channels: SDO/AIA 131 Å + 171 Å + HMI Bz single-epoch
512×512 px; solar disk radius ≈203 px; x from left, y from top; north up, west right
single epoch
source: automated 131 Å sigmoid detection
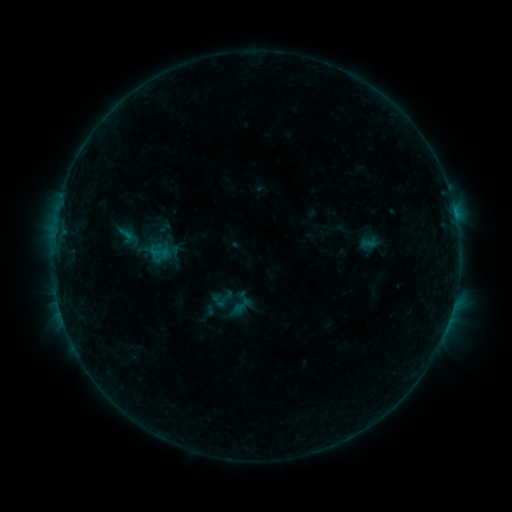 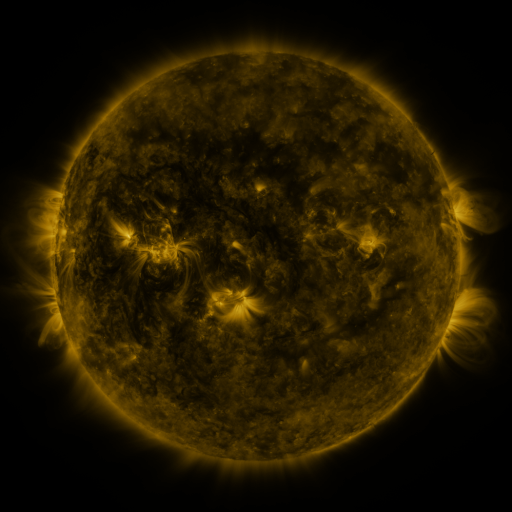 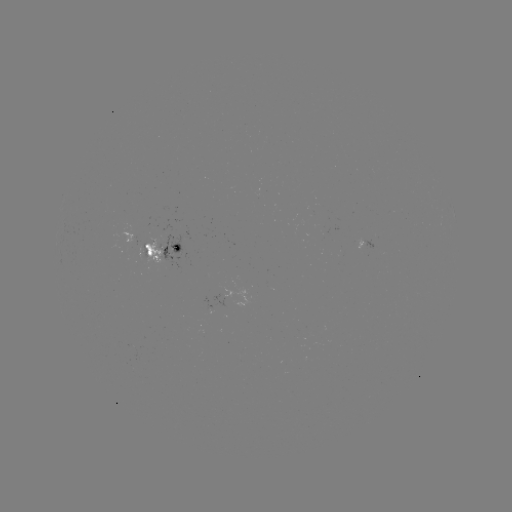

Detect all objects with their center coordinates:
sigmoid: <bbox>213, 289, 235, 311</bbox>
